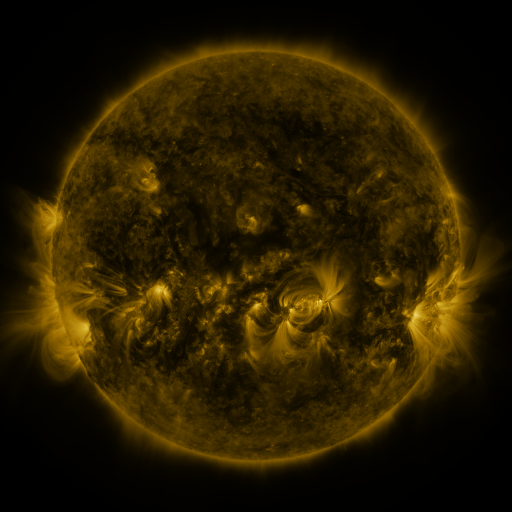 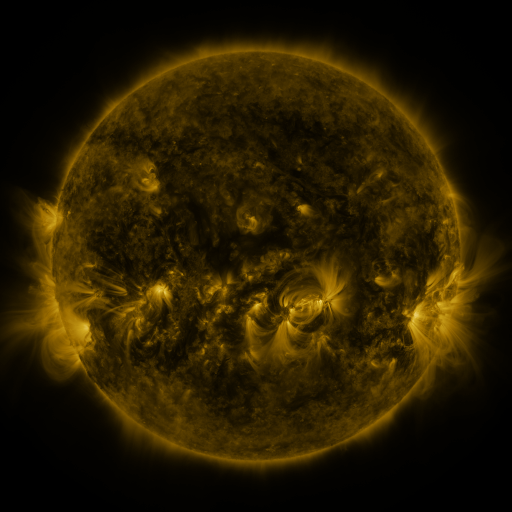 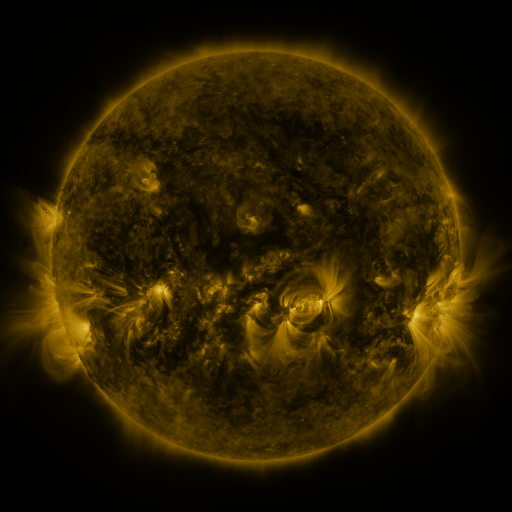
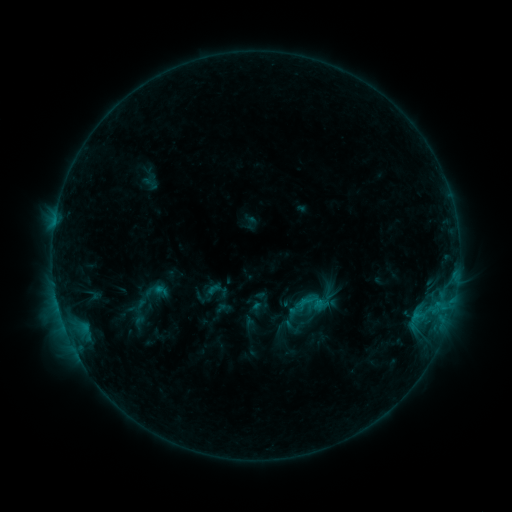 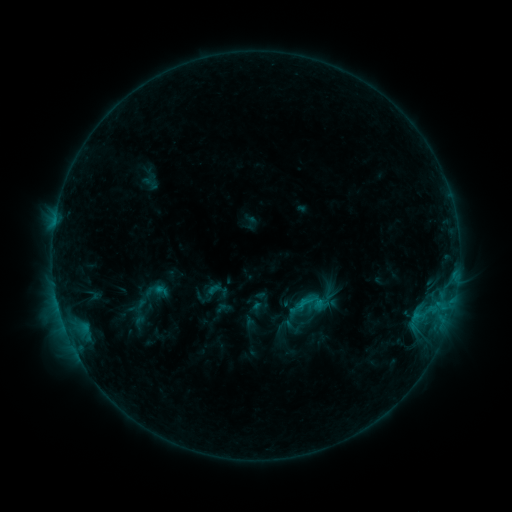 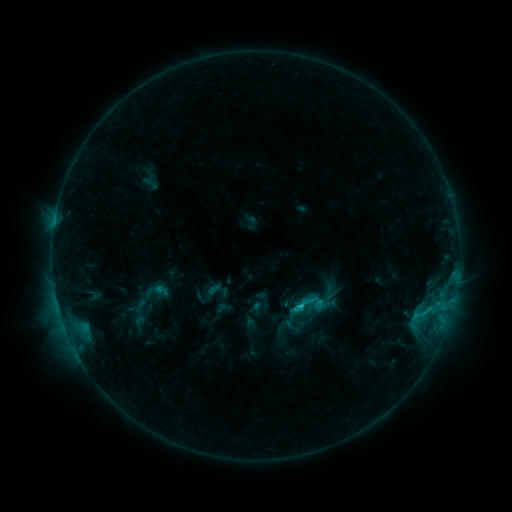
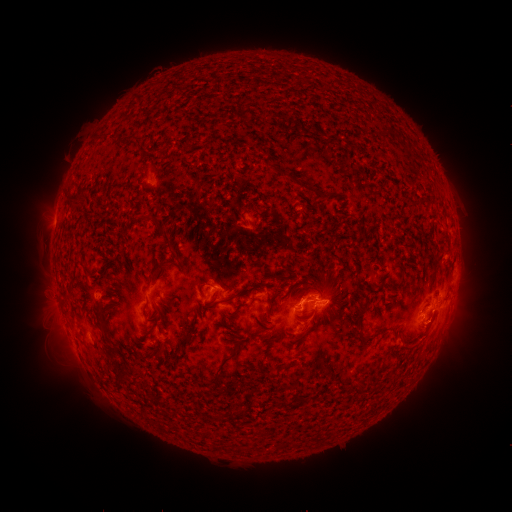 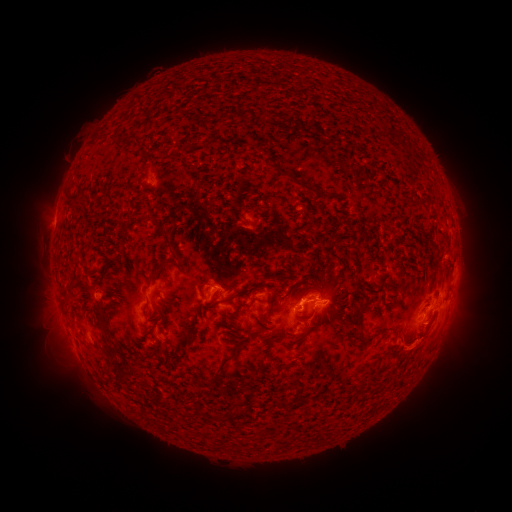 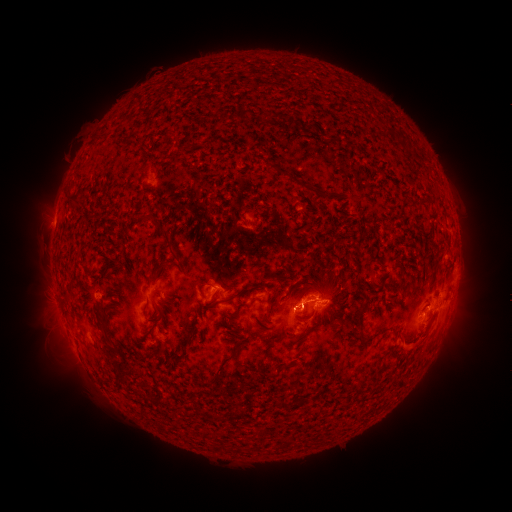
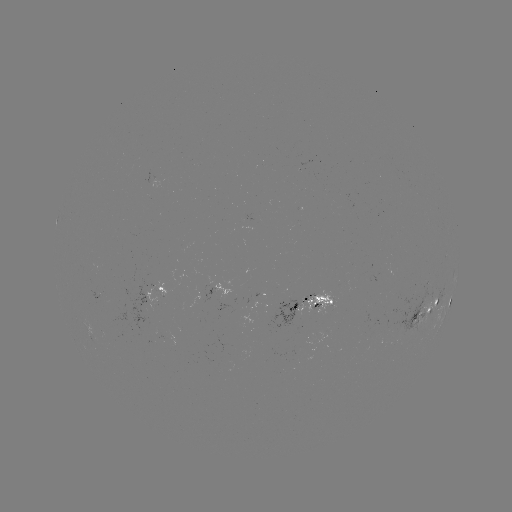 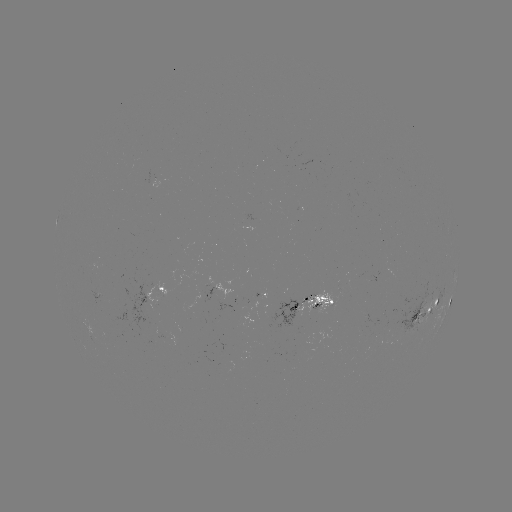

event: eruption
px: (436, 340)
